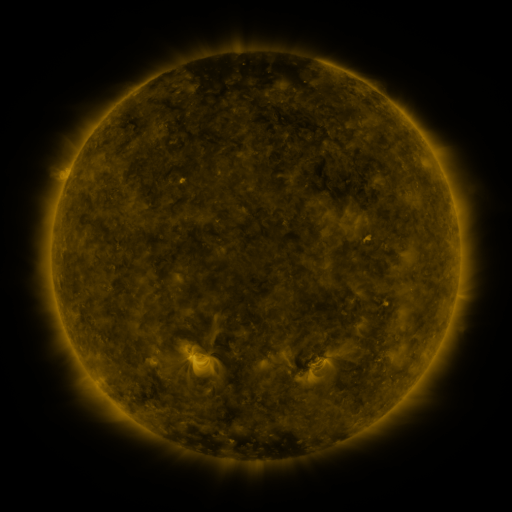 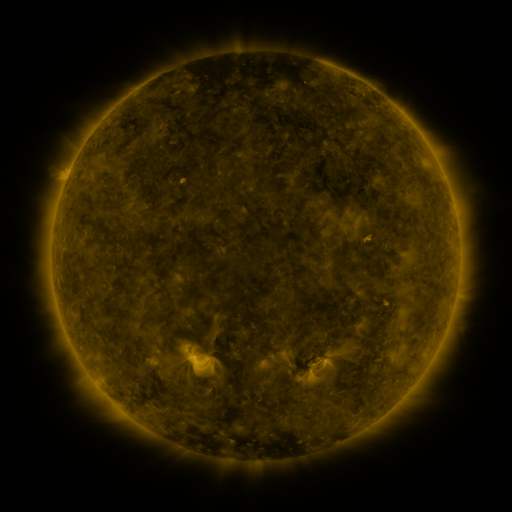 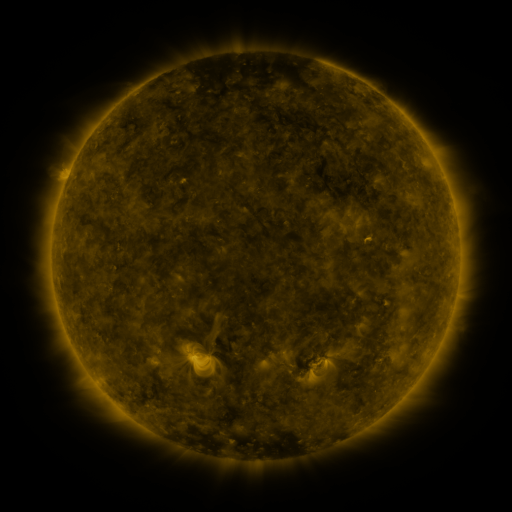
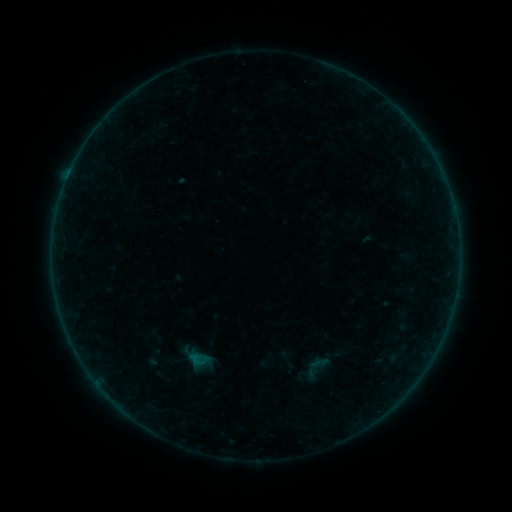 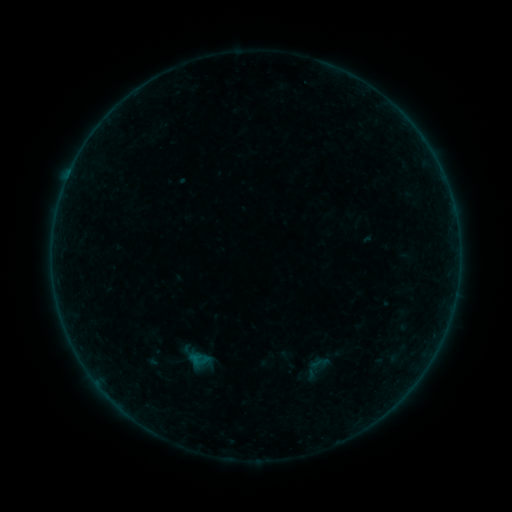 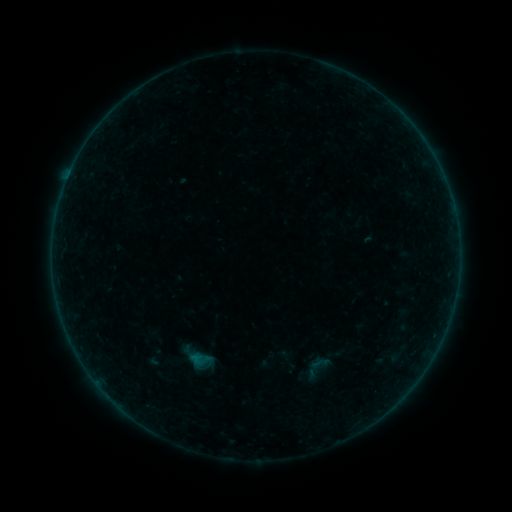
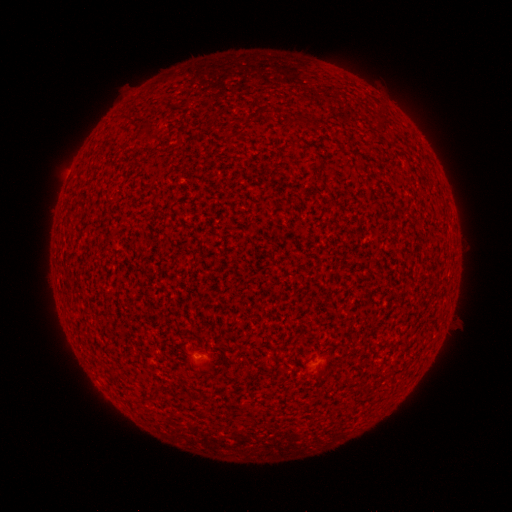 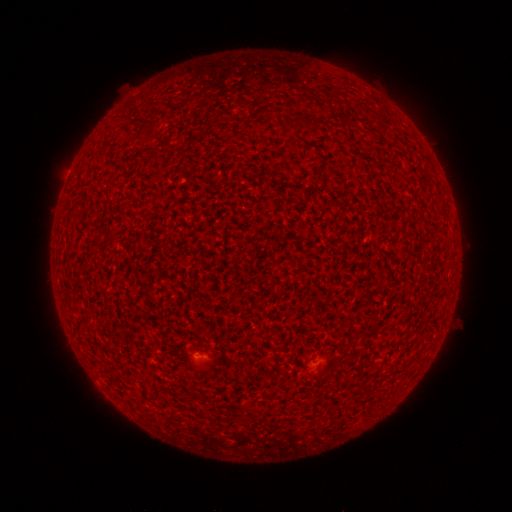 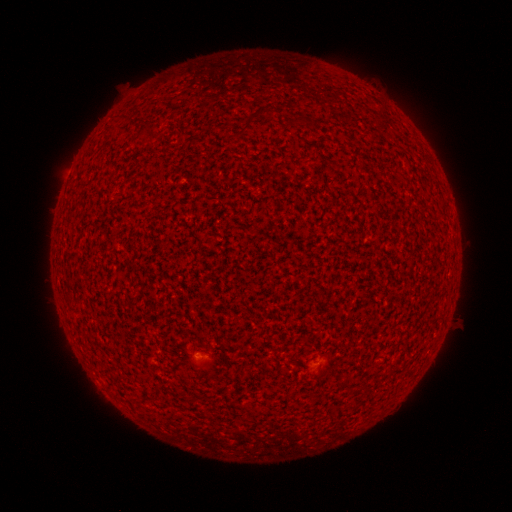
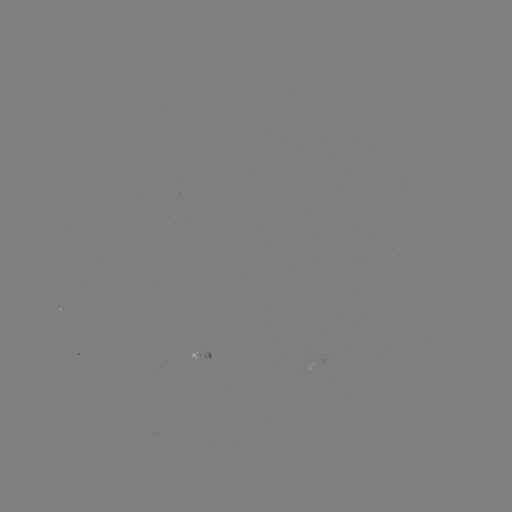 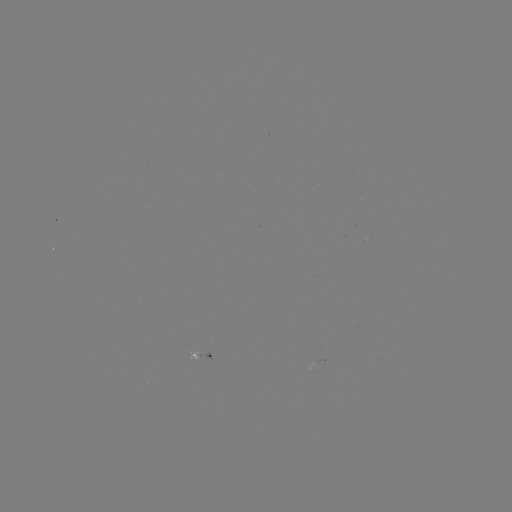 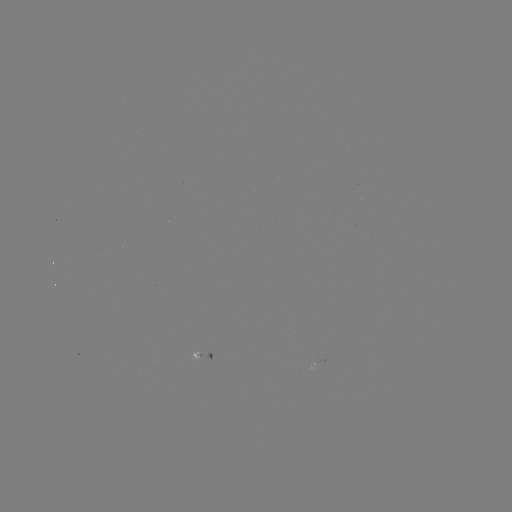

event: flare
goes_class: A3.3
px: (198, 357)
